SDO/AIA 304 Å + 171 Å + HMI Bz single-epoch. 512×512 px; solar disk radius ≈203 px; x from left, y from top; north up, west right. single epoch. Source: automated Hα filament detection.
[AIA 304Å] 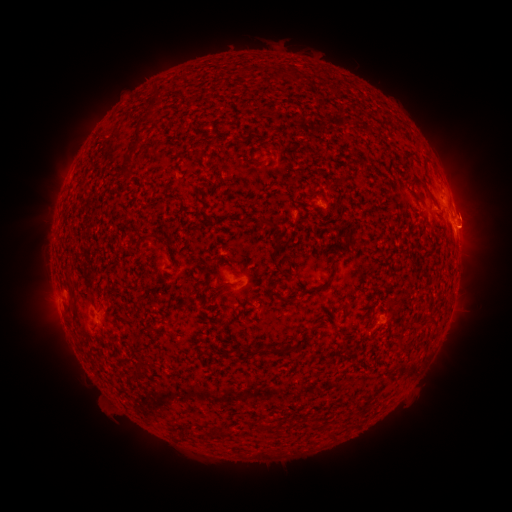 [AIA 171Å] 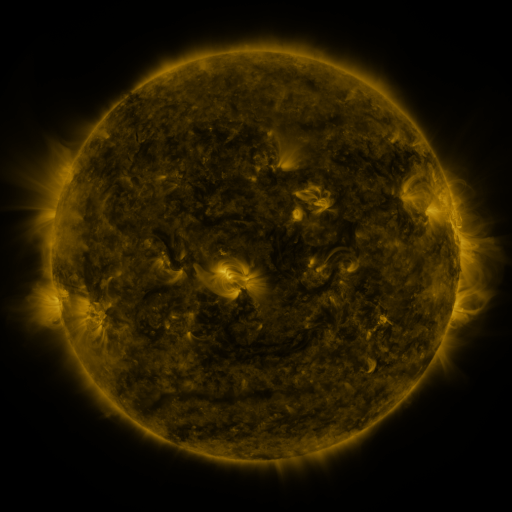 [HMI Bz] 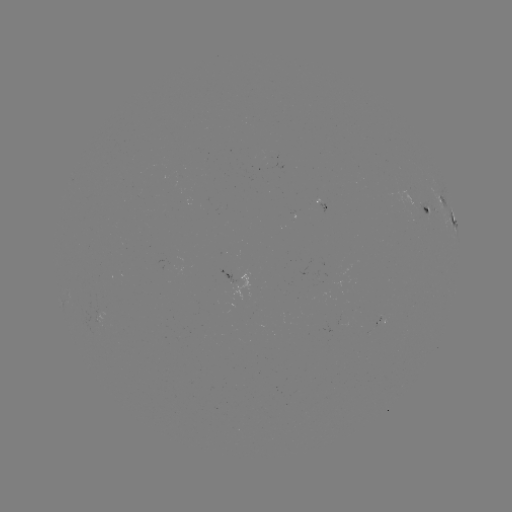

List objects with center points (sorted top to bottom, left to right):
filament: <bbox>286, 68, 297, 81</bbox>
filament: <bbox>272, 72, 280, 81</bbox>
filament: <bbox>118, 125, 140, 183</bbox>
filament: <bbox>358, 158, 366, 167</bbox>
filament: <bbox>249, 159, 267, 167</bbox>
filament: <bbox>409, 175, 426, 188</bbox>
filament: <bbox>192, 190, 198, 202</bbox>
filament: <bbox>256, 217, 263, 228</bbox>
filament: <bbox>140, 235, 151, 247</bbox>
filament: <bbox>66, 275, 74, 286</bbox>
filament: <bbox>319, 279, 332, 289</bbox>
filament: <bbox>275, 293, 296, 305</bbox>
filament: <bbox>285, 341, 294, 353</bbox>
filament: <bbox>268, 342, 279, 353</bbox>
filament: <bbox>243, 346, 258, 356</bbox>
filament: <bbox>128, 368, 143, 383</bbox>
filament: <bbox>258, 417, 269, 432</bbox>
filament: <bbox>278, 418, 286, 430</bbox>
filament: <bbox>219, 428, 235, 438</bbox>
filament: <bbox>191, 429, 200, 440</bbox>
